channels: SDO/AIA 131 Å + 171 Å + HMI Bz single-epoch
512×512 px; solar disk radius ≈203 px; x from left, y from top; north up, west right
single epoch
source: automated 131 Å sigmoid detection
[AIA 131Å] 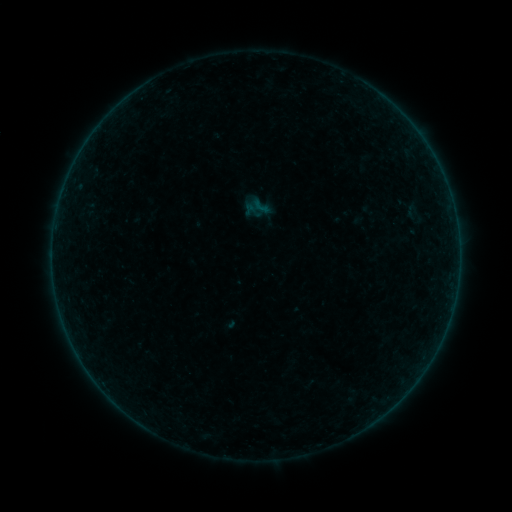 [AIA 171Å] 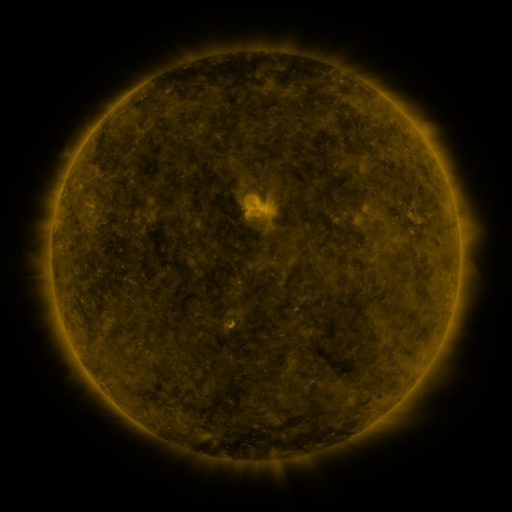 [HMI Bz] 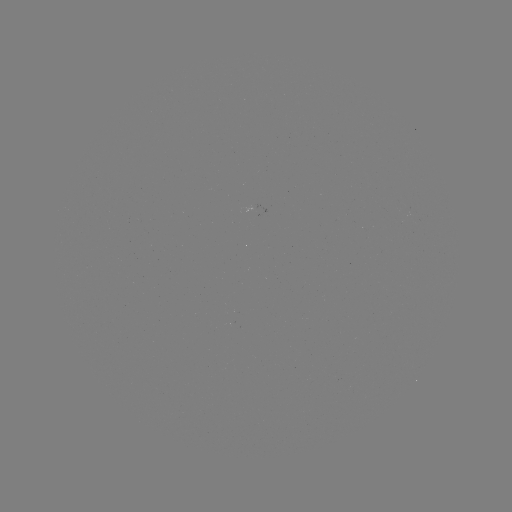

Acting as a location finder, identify sigmoid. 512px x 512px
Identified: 261,206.